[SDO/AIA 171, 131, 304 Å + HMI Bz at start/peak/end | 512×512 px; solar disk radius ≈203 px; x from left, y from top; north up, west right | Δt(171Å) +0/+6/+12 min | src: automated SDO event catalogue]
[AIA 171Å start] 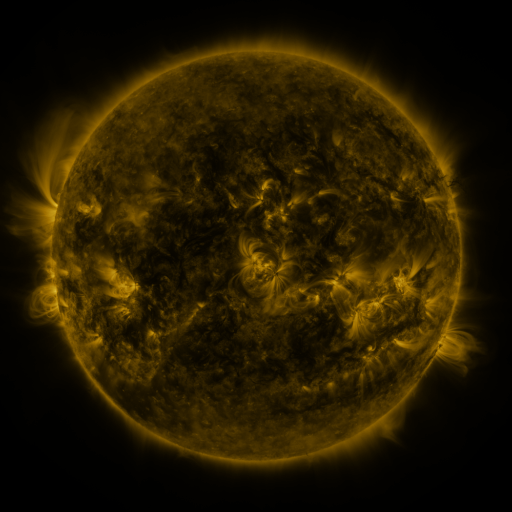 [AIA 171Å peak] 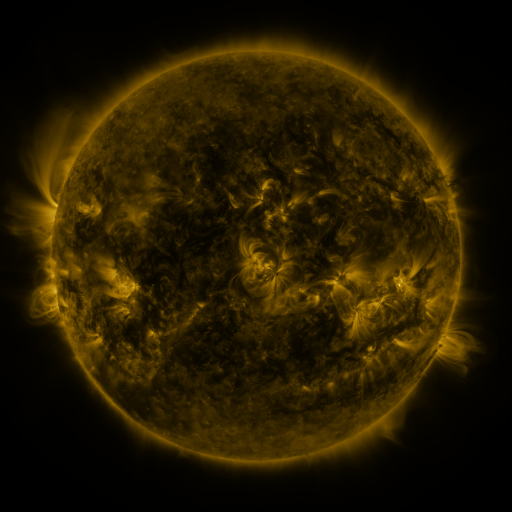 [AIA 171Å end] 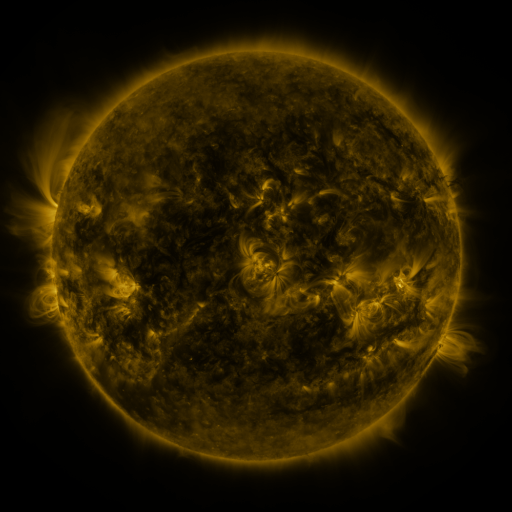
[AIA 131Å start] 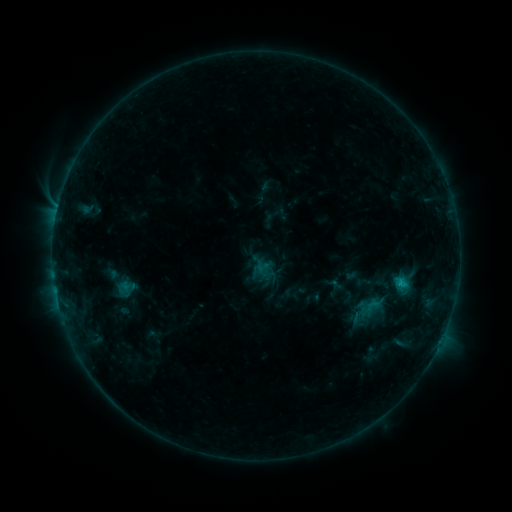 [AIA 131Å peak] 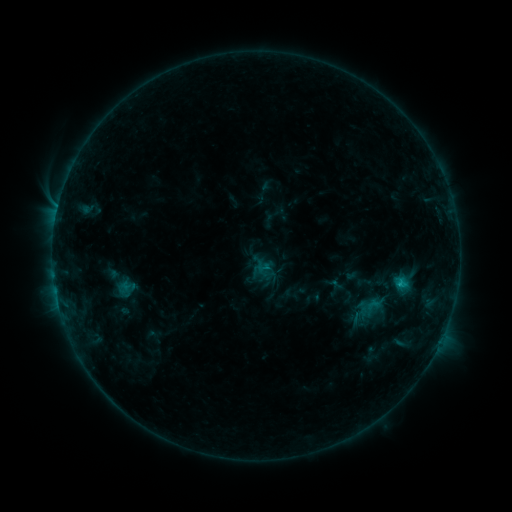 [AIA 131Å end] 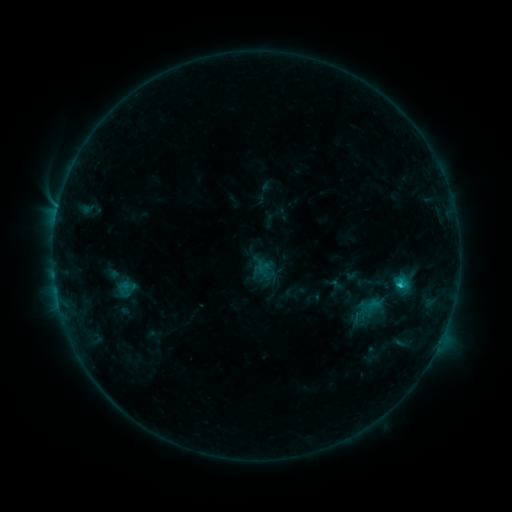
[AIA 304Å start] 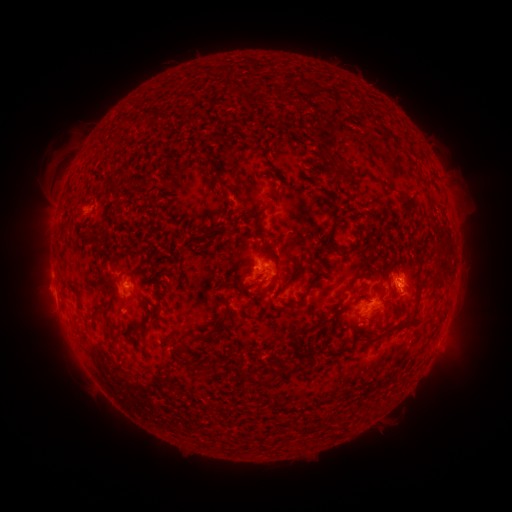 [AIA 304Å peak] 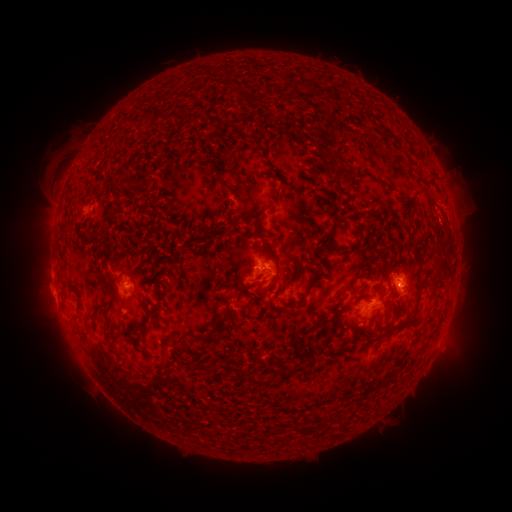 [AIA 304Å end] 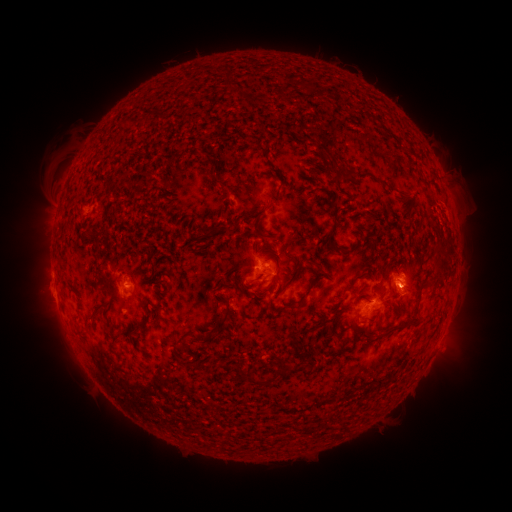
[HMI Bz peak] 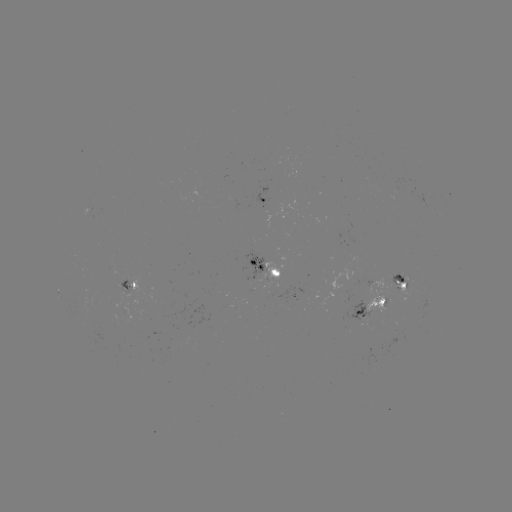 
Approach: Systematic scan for C1.4 flare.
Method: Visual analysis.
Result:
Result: C1.4 flare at (397, 285).